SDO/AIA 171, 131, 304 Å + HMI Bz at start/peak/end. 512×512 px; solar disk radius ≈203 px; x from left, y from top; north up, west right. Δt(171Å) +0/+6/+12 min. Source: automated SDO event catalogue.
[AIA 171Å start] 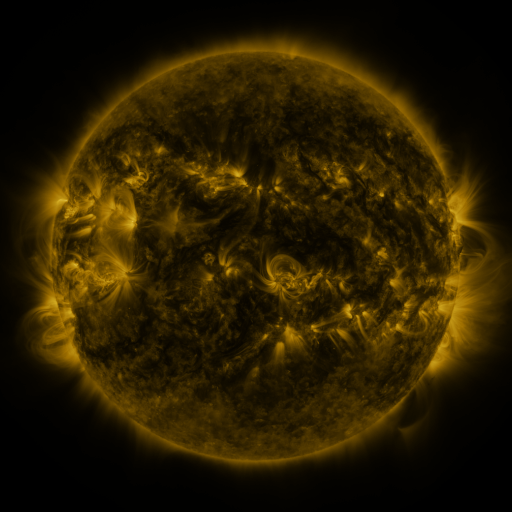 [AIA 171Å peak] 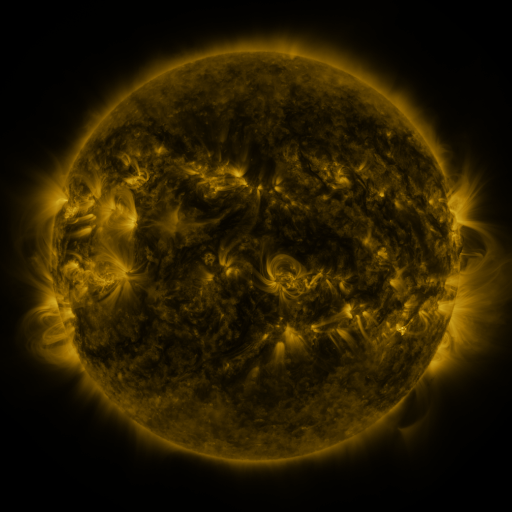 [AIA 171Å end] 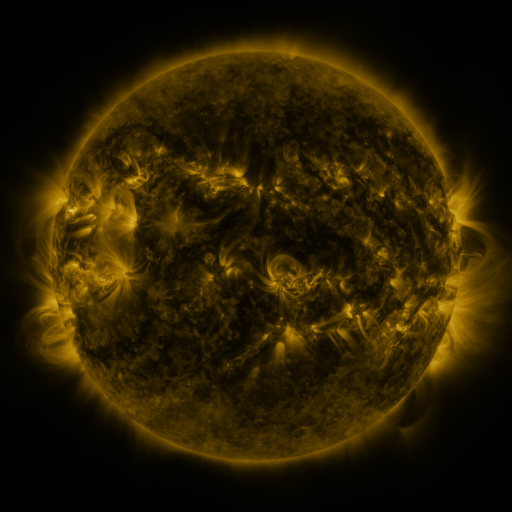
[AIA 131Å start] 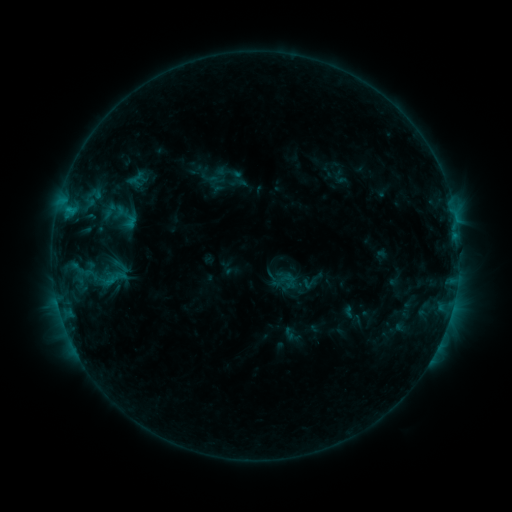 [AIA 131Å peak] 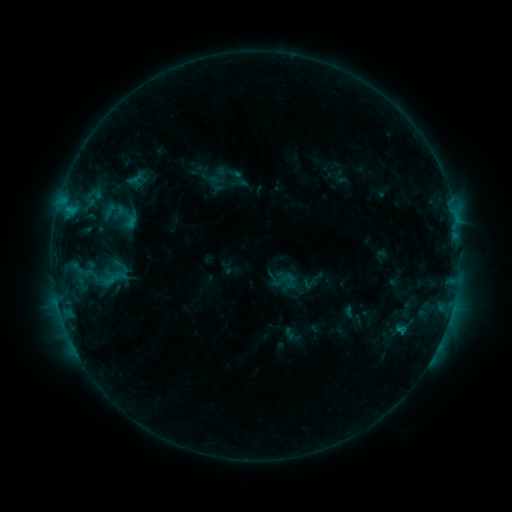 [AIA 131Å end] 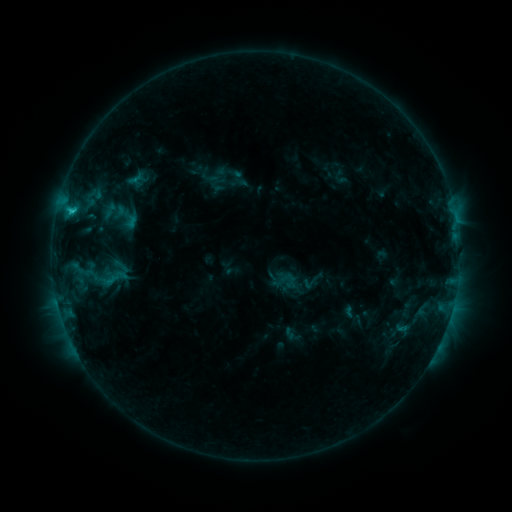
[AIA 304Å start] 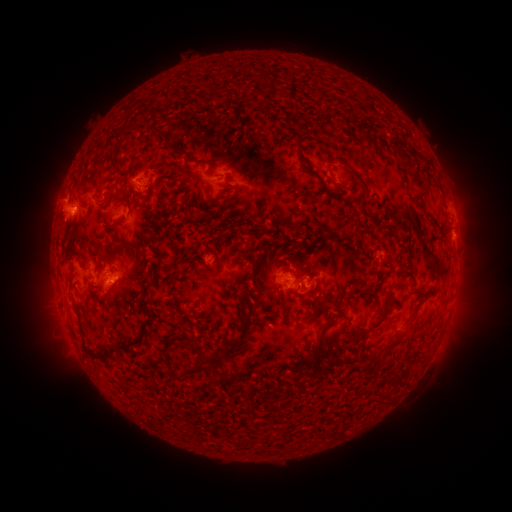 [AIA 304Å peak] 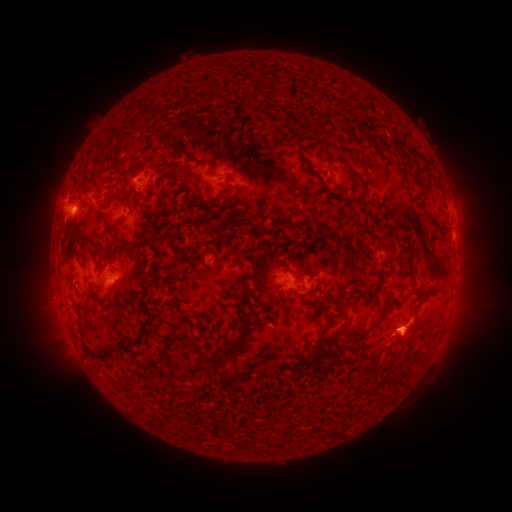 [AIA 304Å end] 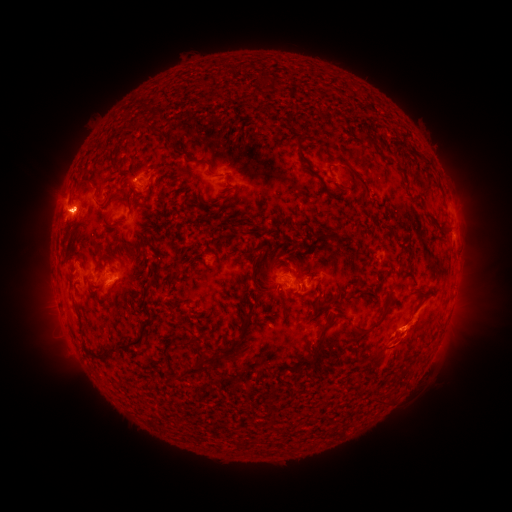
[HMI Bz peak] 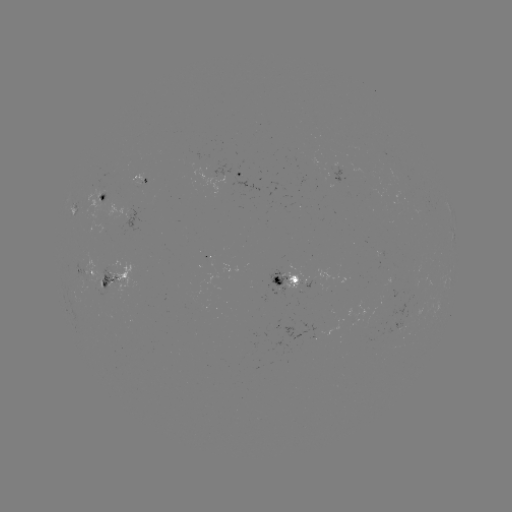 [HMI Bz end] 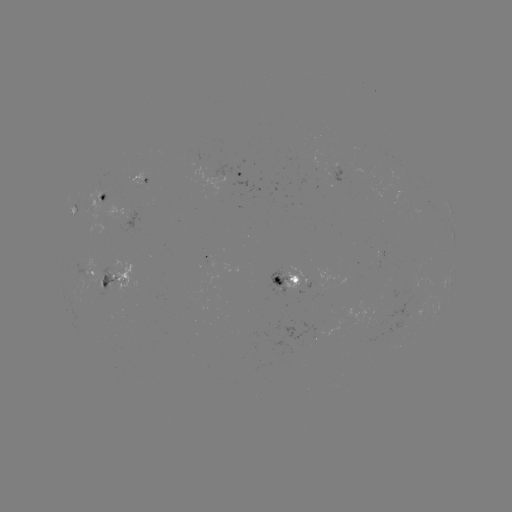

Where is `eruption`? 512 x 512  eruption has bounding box [363, 295, 441, 383].